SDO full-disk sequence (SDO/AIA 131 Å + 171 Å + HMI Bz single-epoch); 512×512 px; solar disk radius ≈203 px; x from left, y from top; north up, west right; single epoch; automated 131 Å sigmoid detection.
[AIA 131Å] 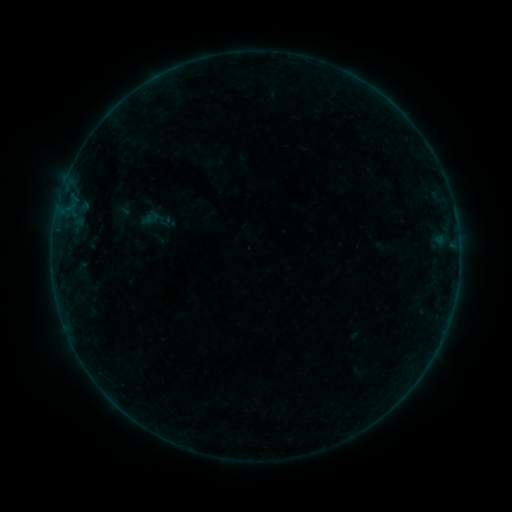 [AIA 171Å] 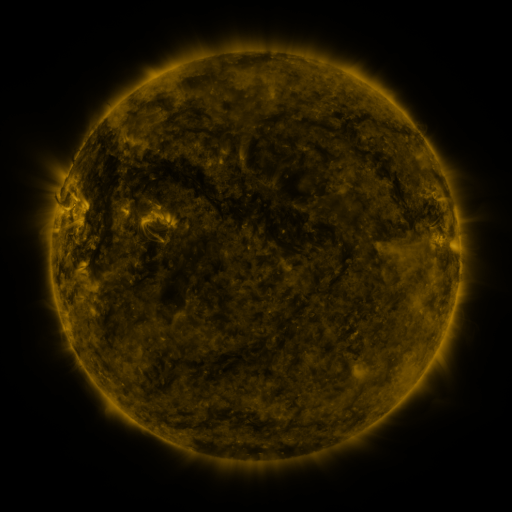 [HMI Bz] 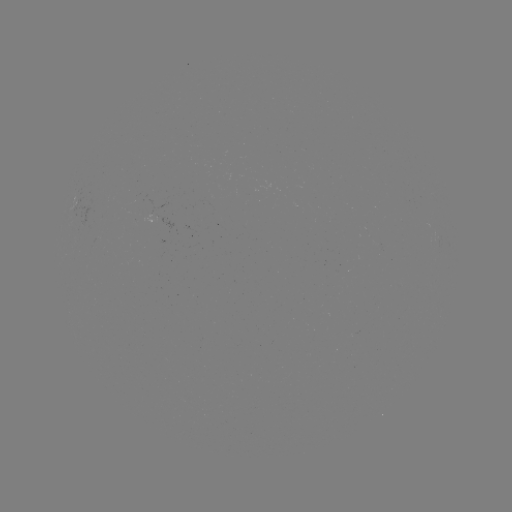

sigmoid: <bbox>140, 202, 174, 237</bbox>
